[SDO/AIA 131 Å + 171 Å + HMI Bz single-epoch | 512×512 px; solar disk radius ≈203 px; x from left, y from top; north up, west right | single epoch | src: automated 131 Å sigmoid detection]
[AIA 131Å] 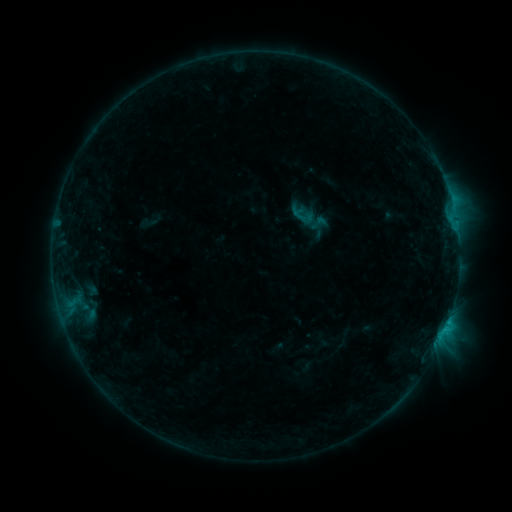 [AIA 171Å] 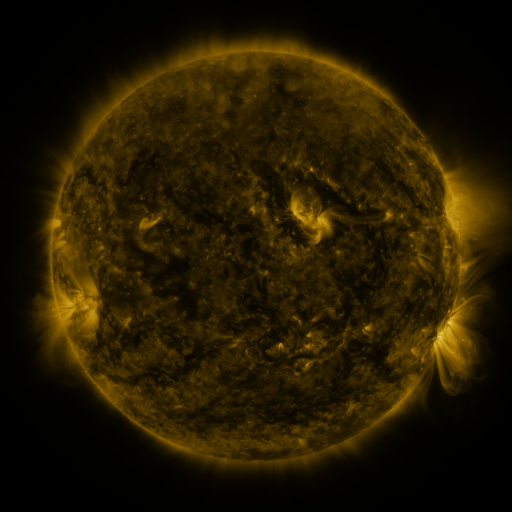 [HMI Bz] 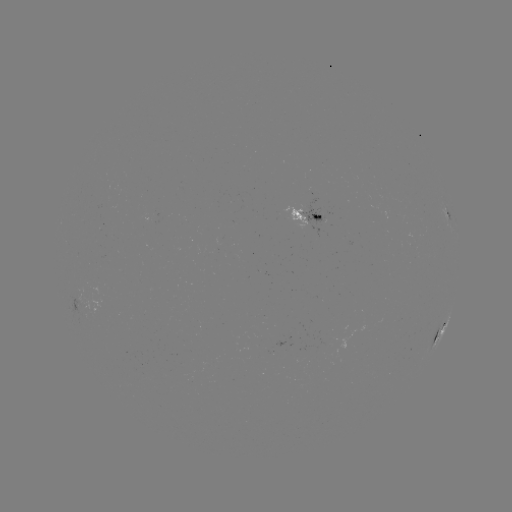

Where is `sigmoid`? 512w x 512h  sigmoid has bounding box [308, 214, 330, 232].